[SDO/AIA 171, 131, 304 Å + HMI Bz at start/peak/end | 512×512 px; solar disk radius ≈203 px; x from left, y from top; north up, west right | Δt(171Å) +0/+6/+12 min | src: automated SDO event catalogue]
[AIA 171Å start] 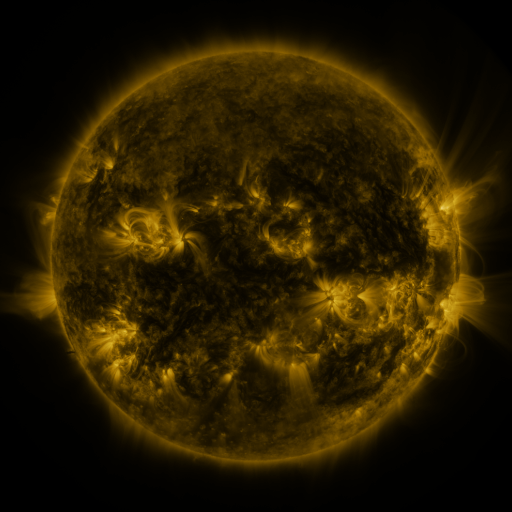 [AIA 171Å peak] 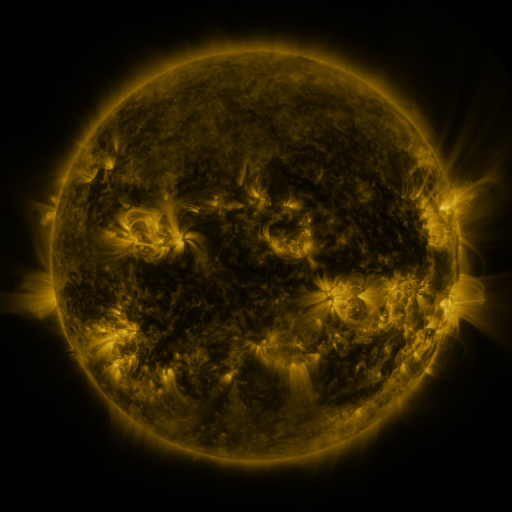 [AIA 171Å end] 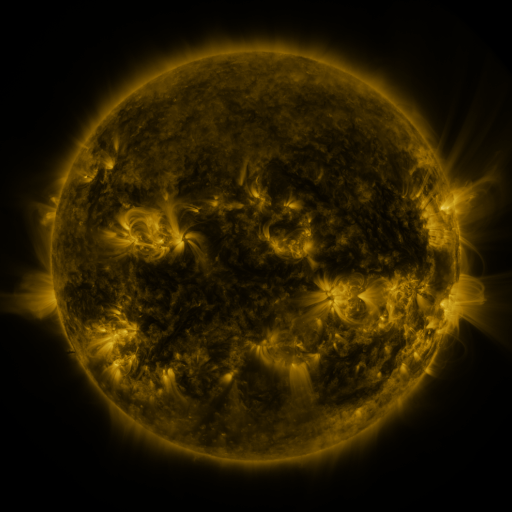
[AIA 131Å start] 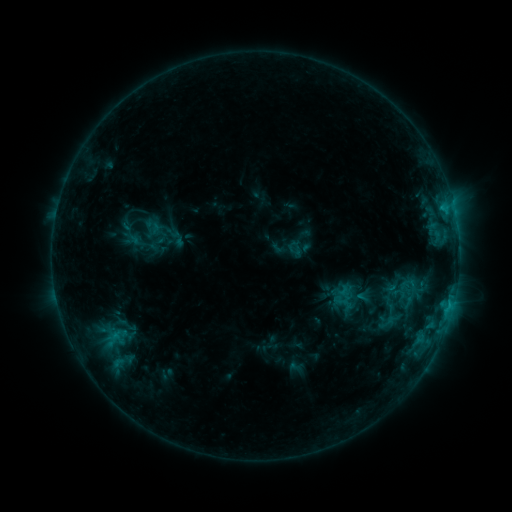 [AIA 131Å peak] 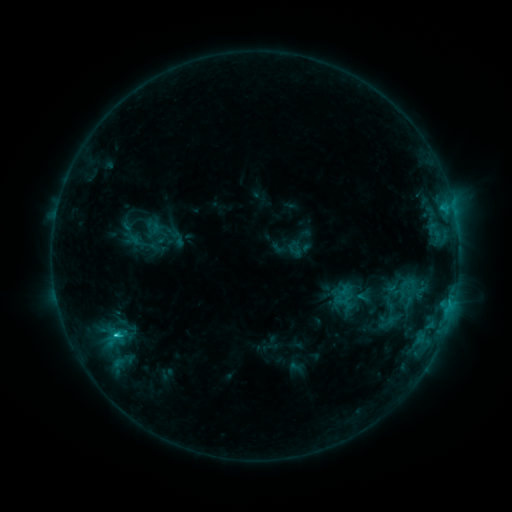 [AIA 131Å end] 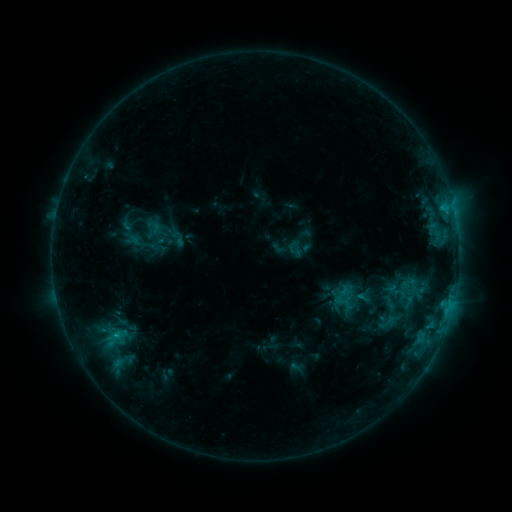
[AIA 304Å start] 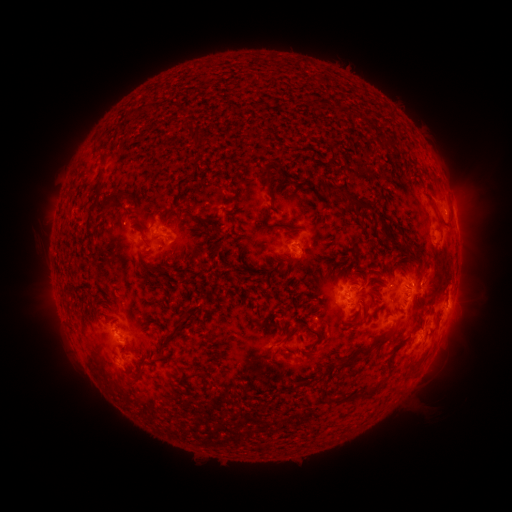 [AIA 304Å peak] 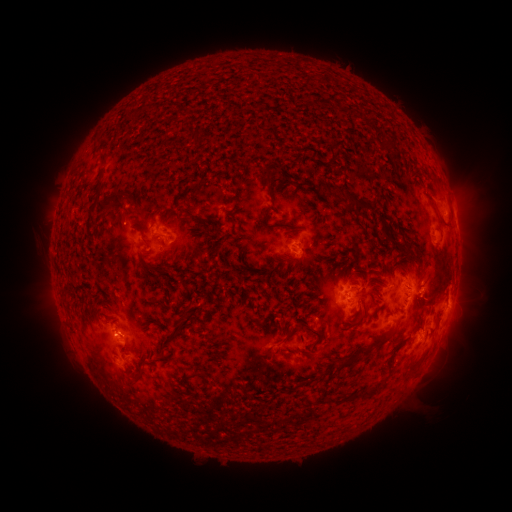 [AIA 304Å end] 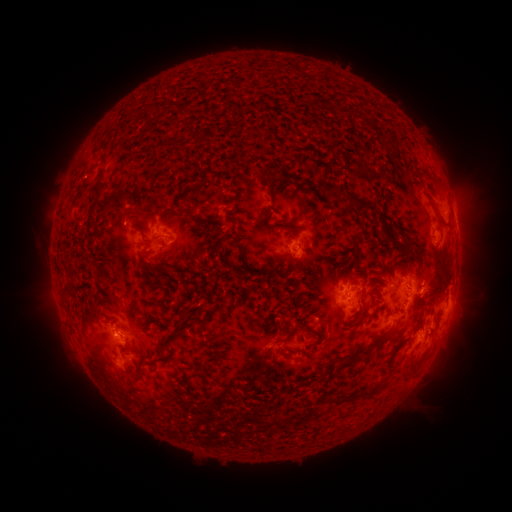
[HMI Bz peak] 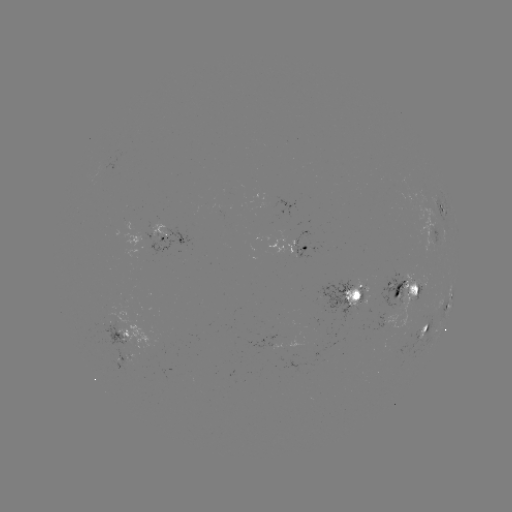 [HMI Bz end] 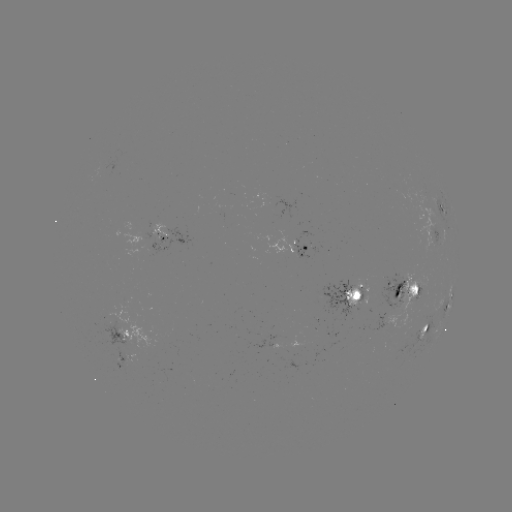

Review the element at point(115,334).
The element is C1.4 flare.